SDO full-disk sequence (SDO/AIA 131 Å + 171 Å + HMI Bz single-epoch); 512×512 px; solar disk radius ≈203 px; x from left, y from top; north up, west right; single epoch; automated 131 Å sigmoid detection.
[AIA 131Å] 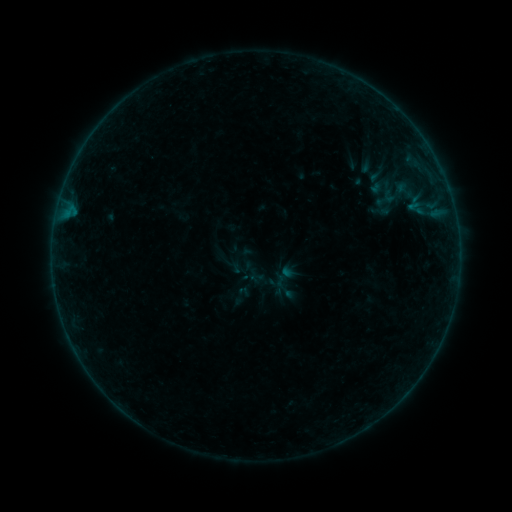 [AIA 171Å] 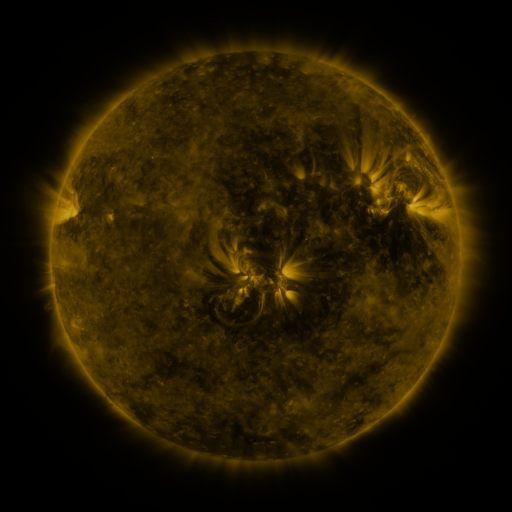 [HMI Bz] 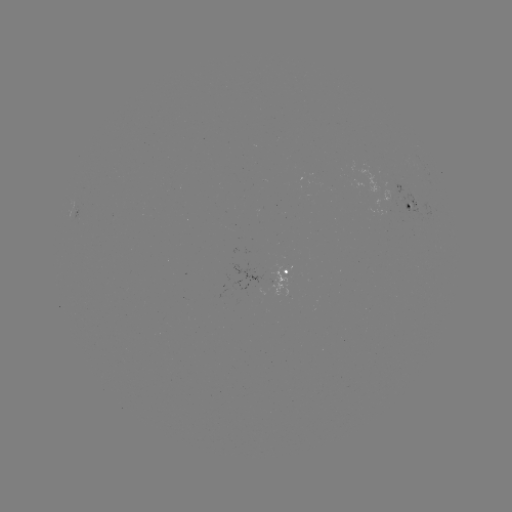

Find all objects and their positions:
sigmoid: (399, 193)
sigmoid: (241, 295)
